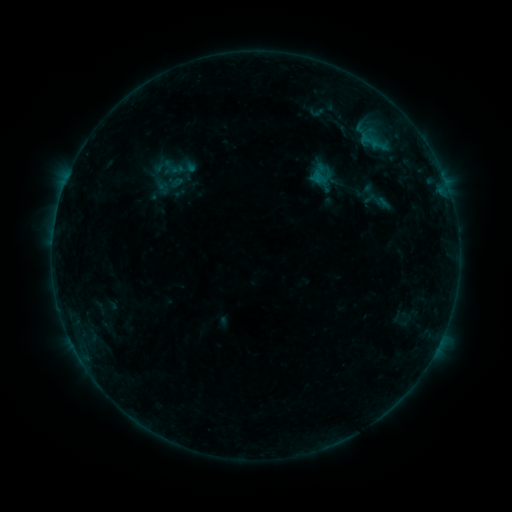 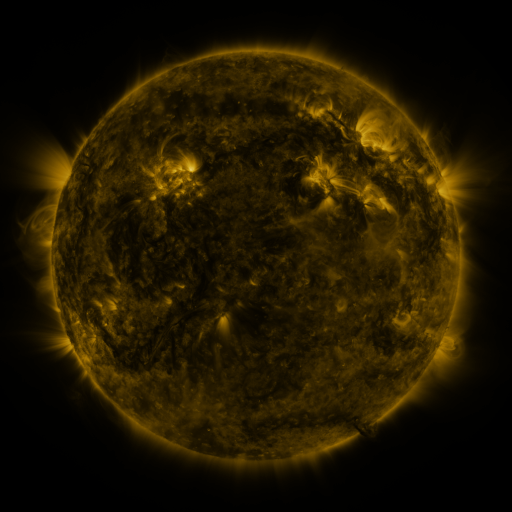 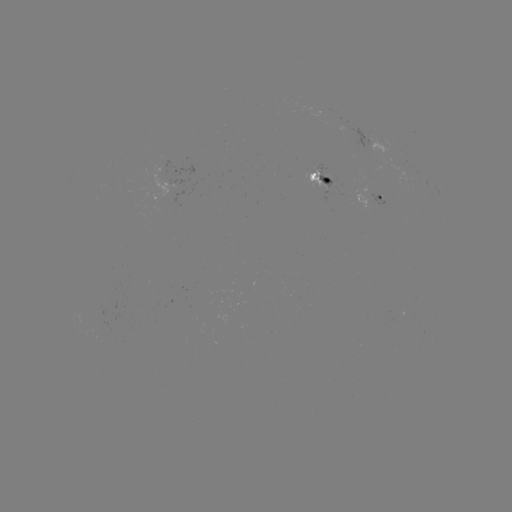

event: sigmoid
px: (317, 112)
